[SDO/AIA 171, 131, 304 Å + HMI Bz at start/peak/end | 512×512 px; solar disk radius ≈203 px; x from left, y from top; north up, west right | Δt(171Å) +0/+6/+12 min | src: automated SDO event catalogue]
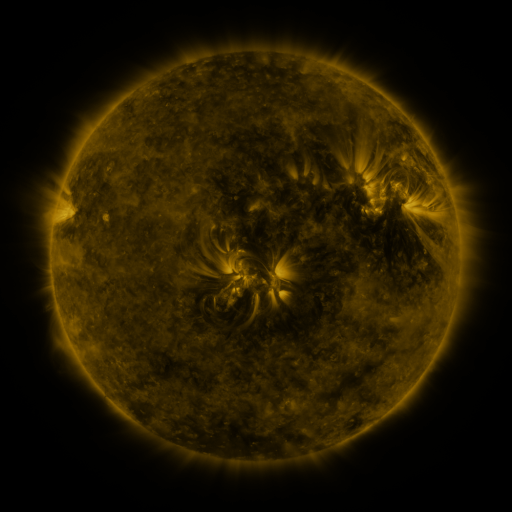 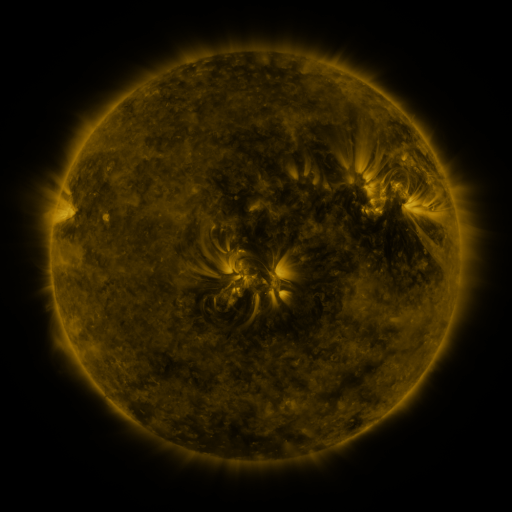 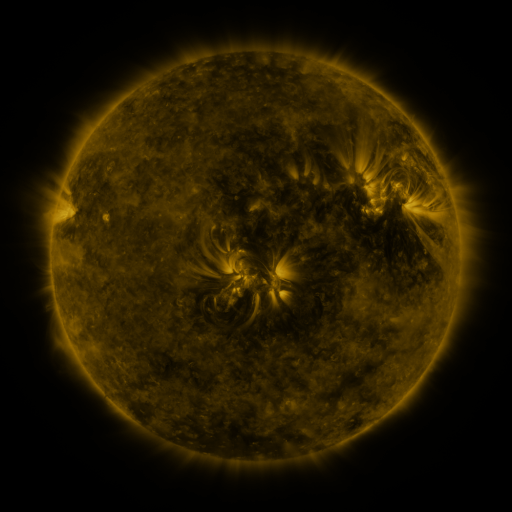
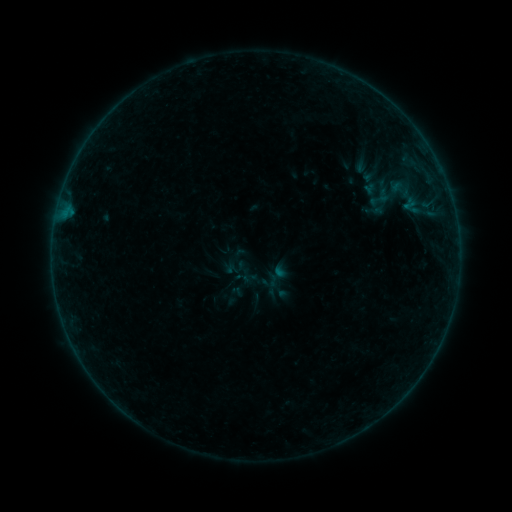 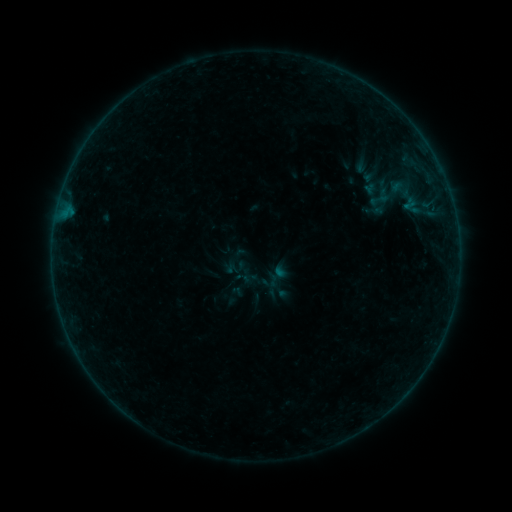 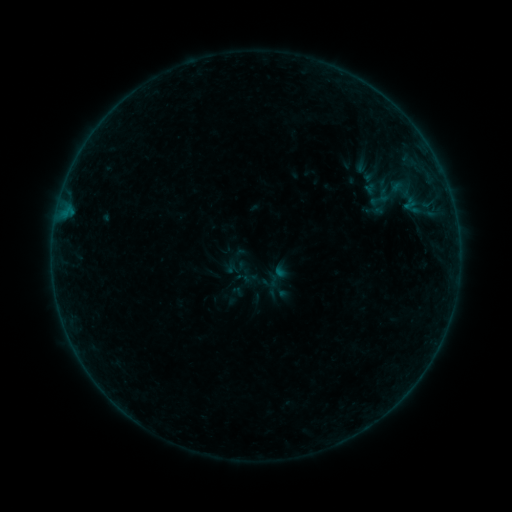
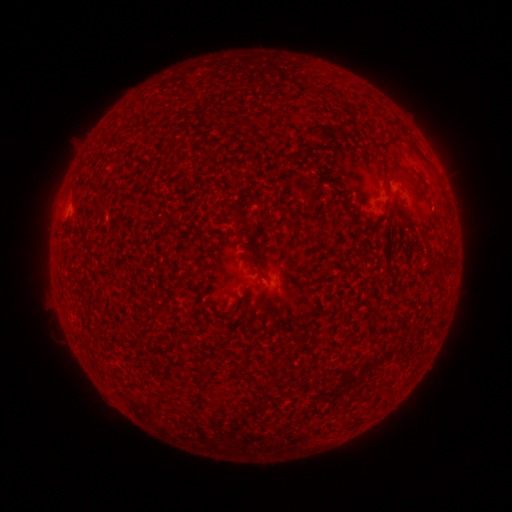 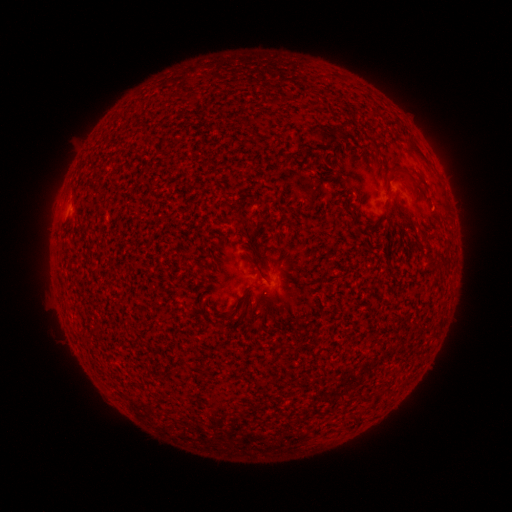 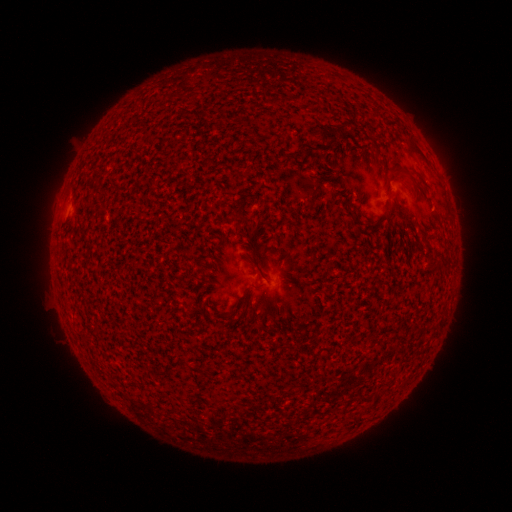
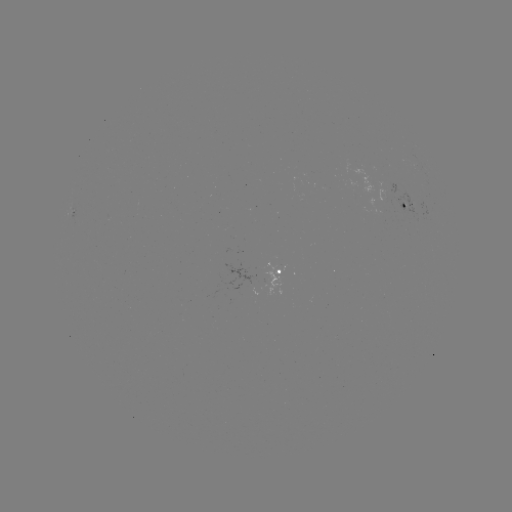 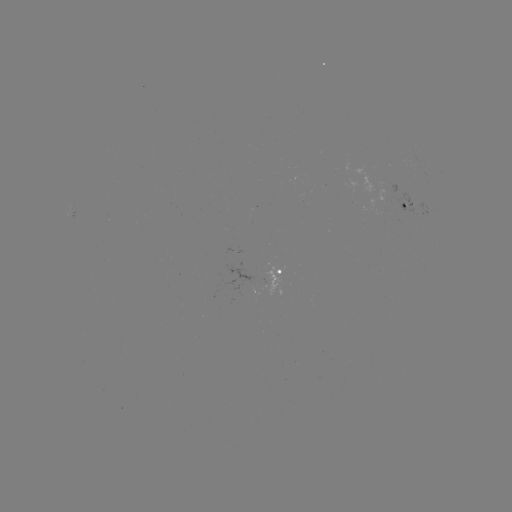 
no catalogued flare and no flagged EUV brightening in this window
